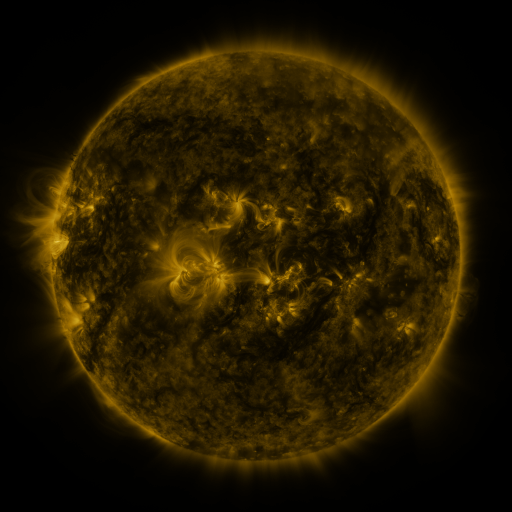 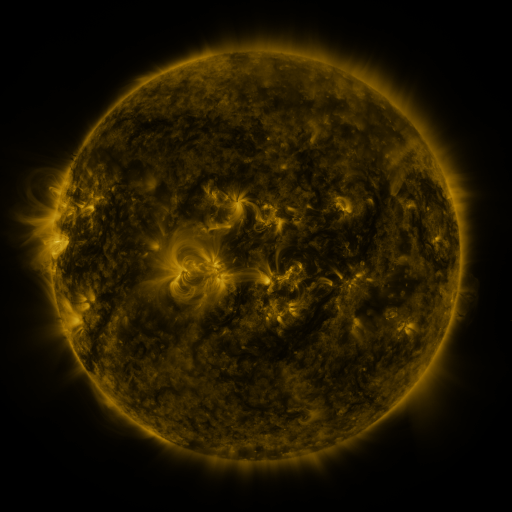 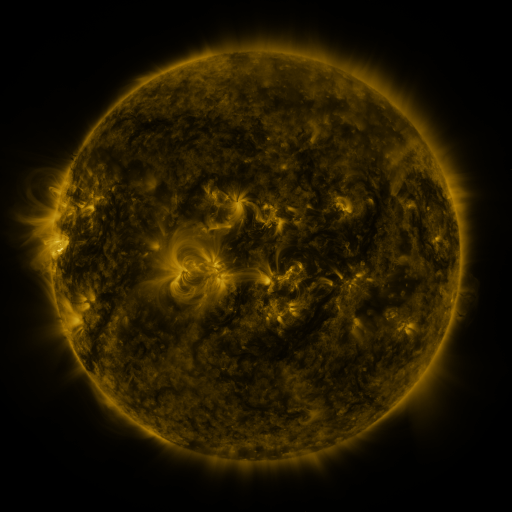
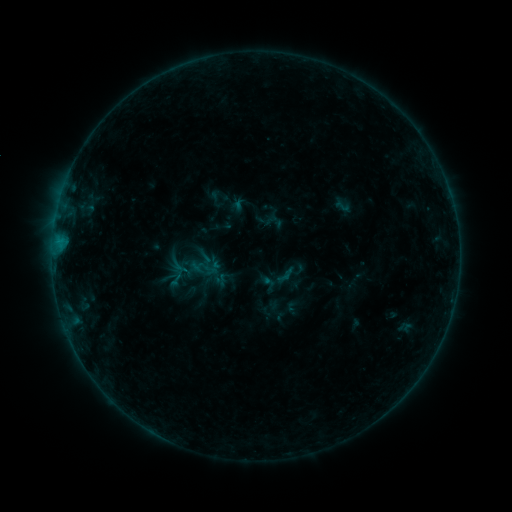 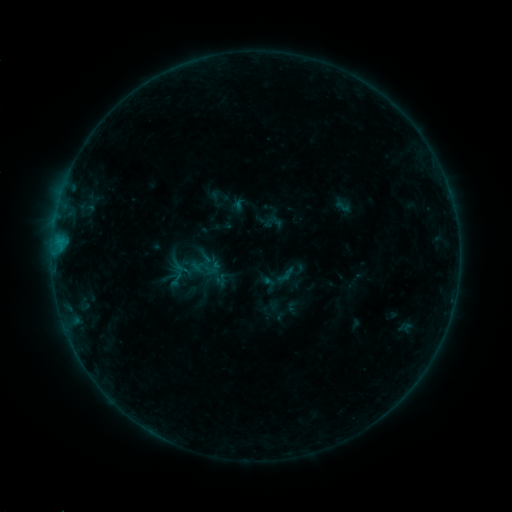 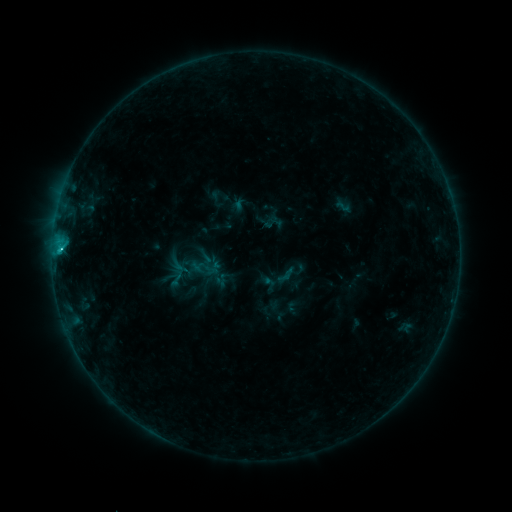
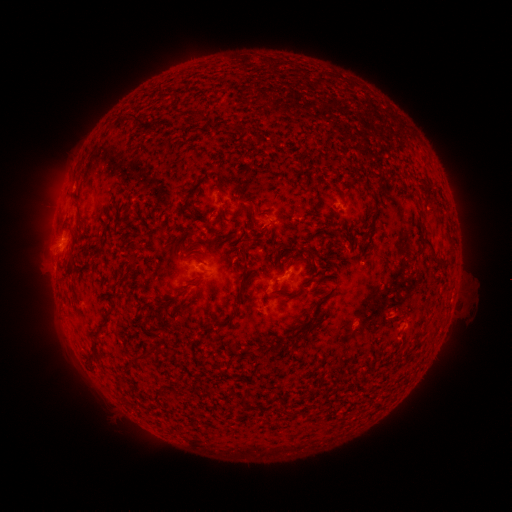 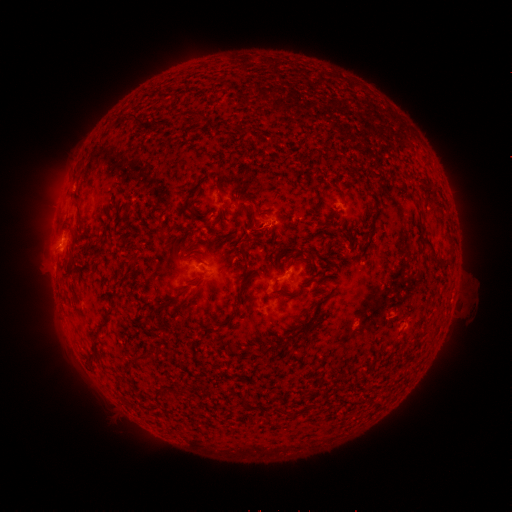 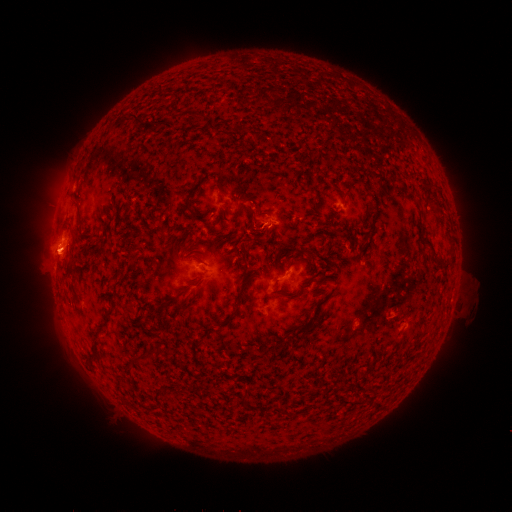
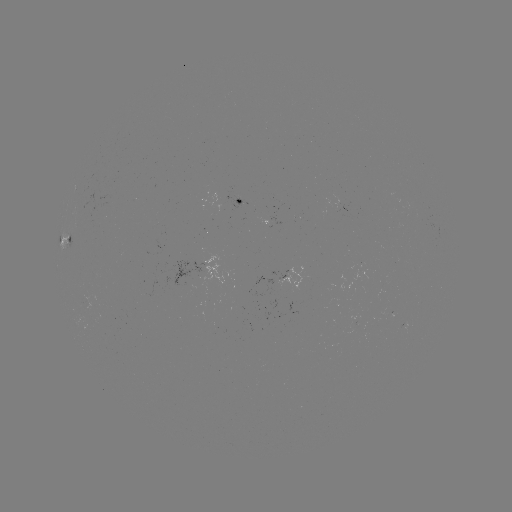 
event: eruption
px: (57, 256)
